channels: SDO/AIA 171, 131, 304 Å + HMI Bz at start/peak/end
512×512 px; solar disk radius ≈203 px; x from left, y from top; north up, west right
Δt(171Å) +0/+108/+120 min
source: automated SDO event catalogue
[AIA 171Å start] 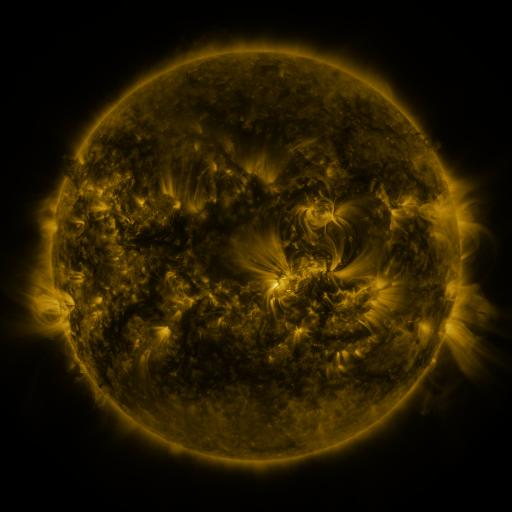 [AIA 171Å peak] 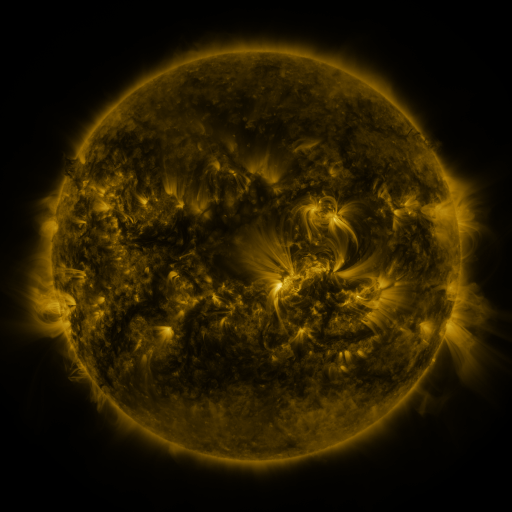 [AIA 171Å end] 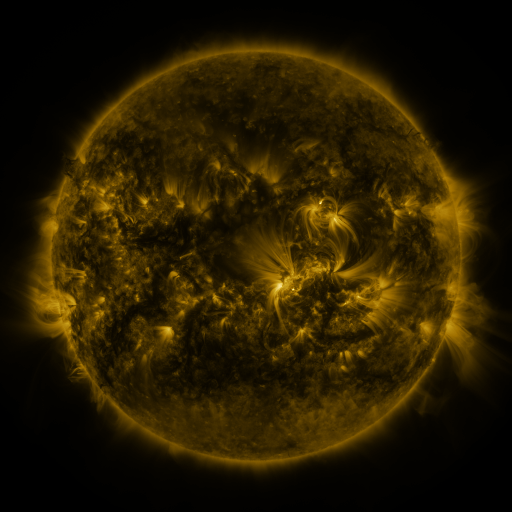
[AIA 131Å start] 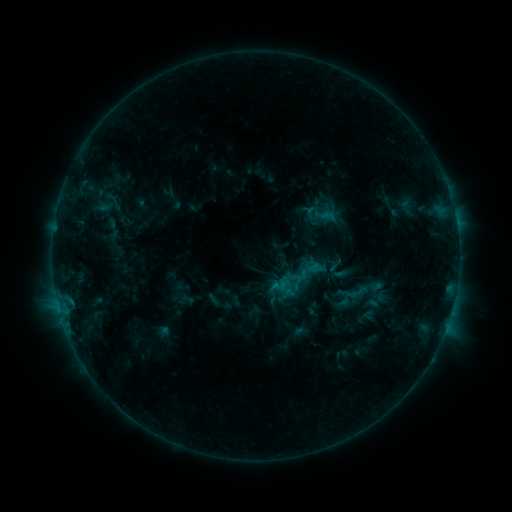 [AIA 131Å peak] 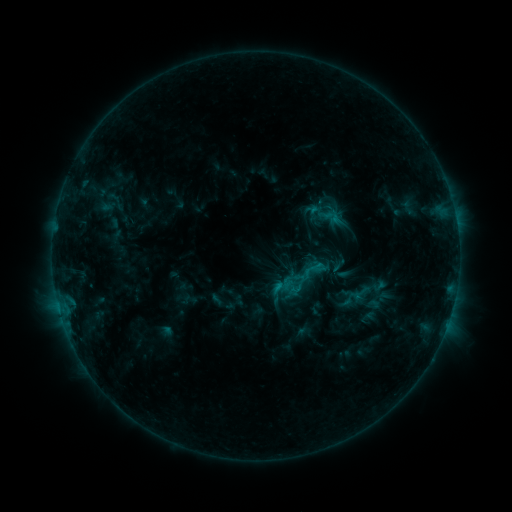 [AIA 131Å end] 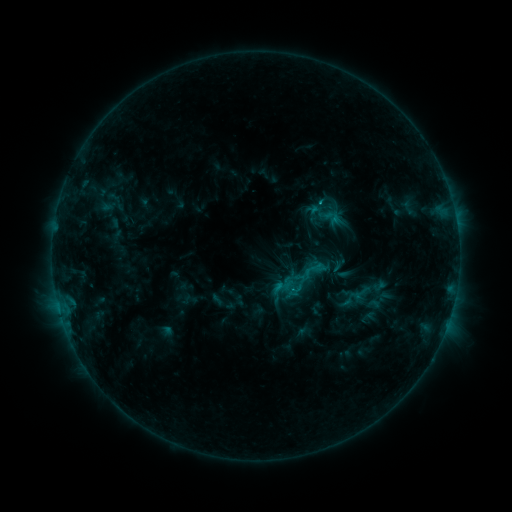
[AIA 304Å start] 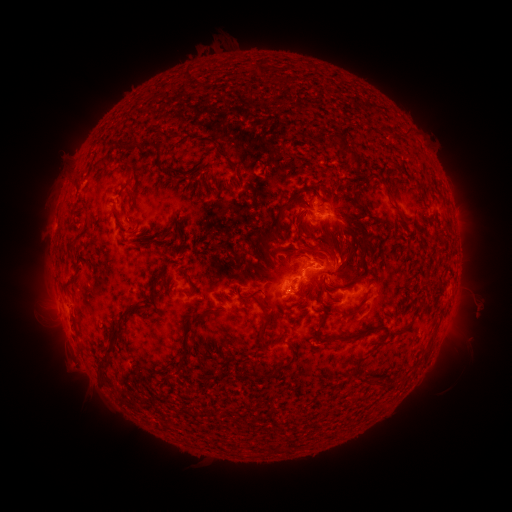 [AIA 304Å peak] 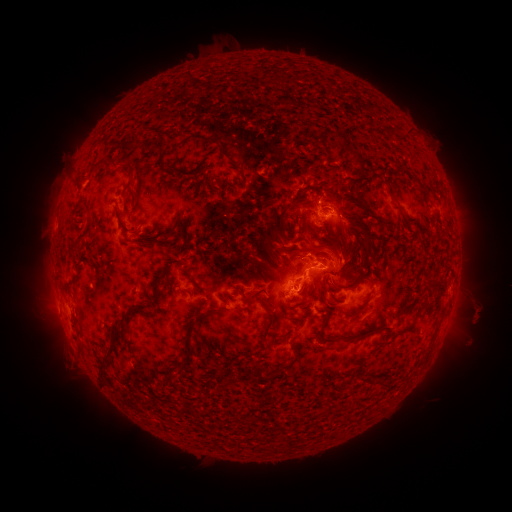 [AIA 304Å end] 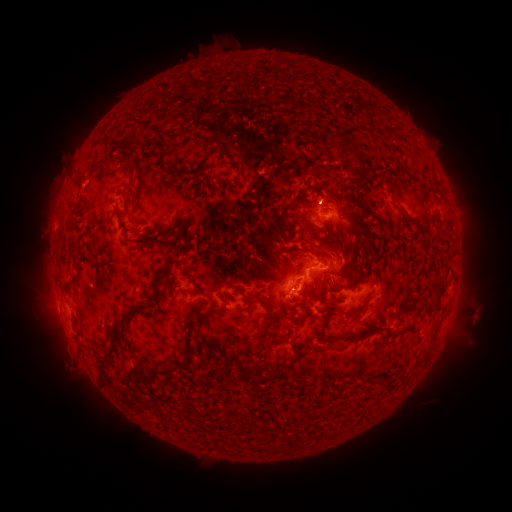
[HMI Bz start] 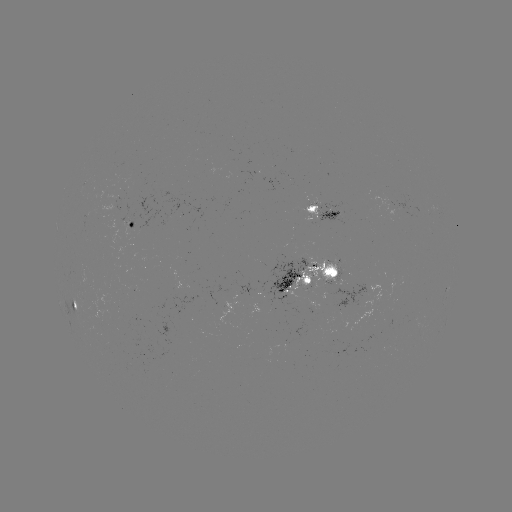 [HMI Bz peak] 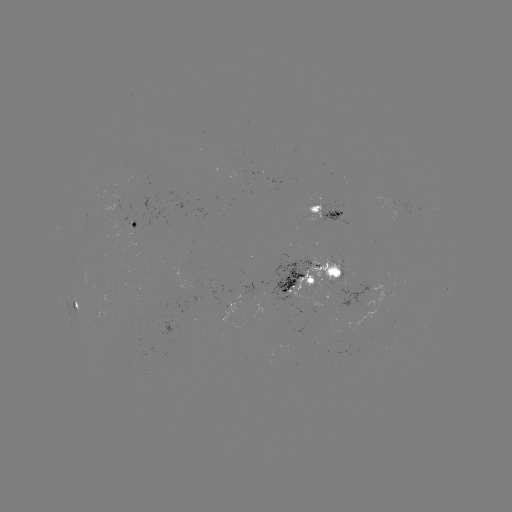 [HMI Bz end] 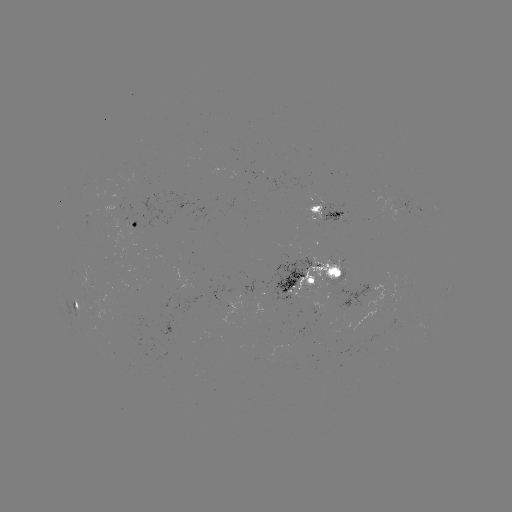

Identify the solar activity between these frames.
emerging-flux region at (328, 279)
